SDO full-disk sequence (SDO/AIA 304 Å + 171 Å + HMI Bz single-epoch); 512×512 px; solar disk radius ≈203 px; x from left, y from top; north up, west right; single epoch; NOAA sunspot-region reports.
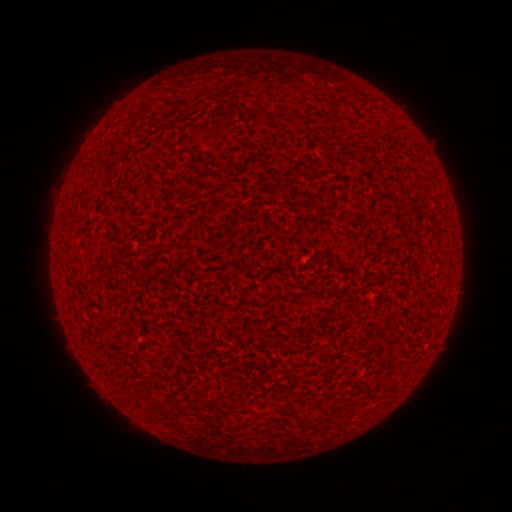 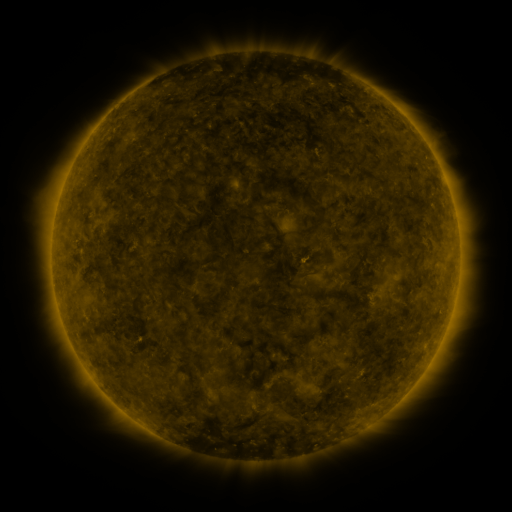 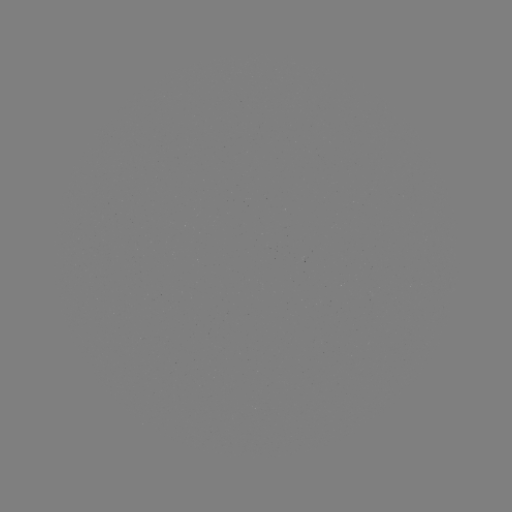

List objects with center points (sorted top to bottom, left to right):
(none)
